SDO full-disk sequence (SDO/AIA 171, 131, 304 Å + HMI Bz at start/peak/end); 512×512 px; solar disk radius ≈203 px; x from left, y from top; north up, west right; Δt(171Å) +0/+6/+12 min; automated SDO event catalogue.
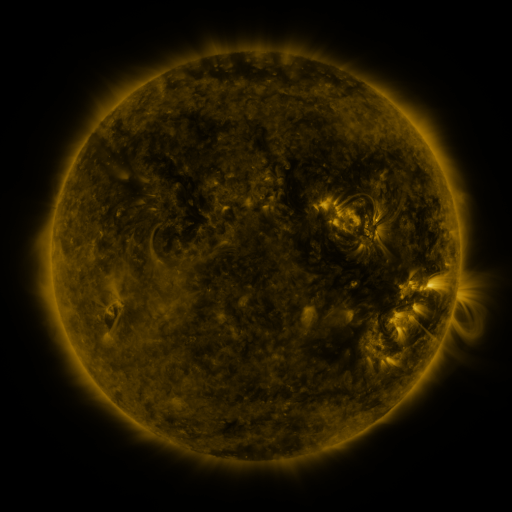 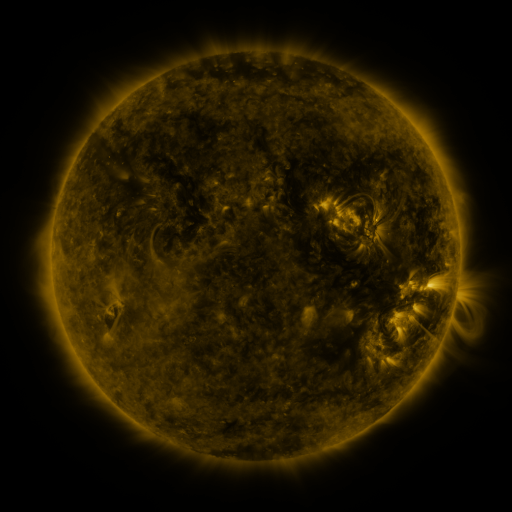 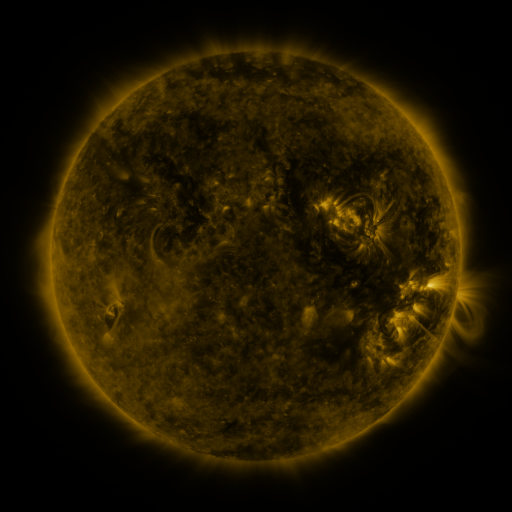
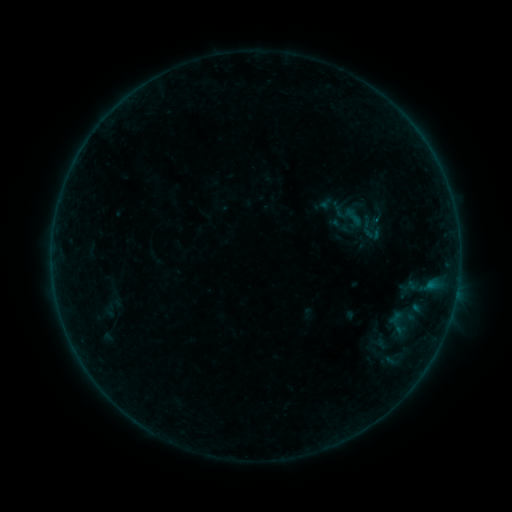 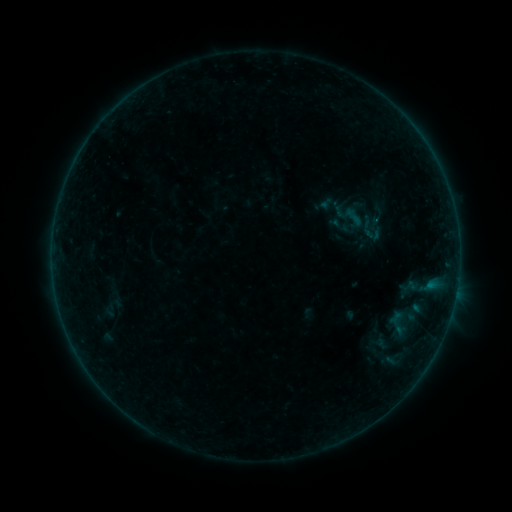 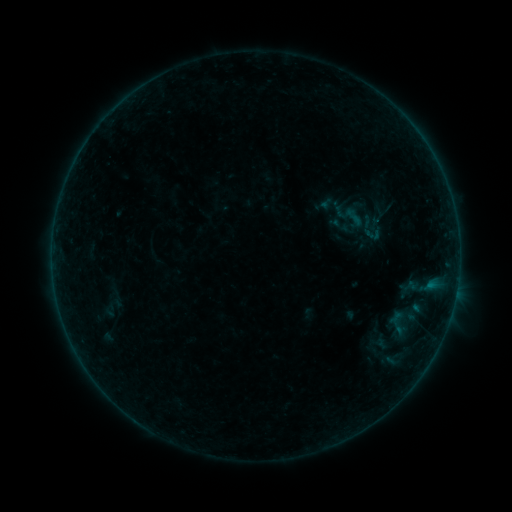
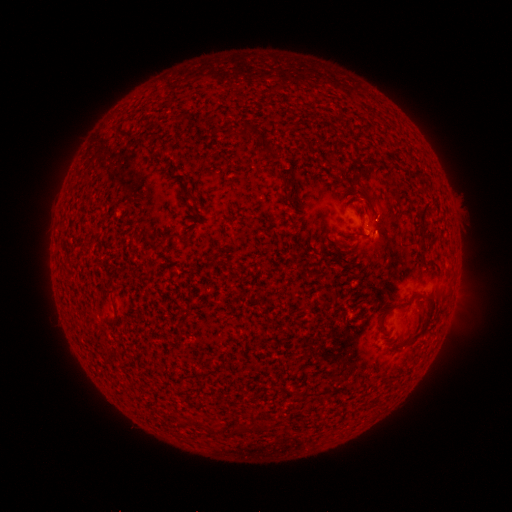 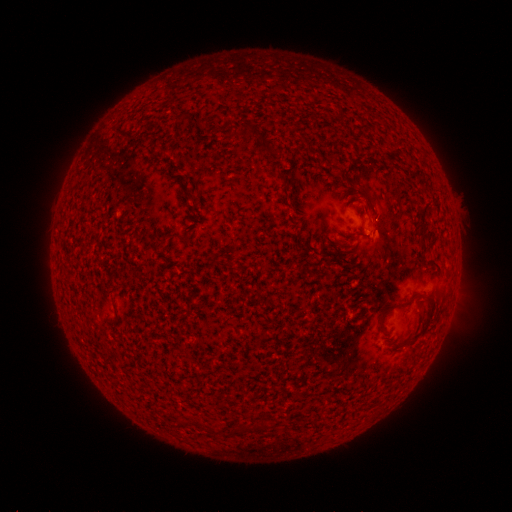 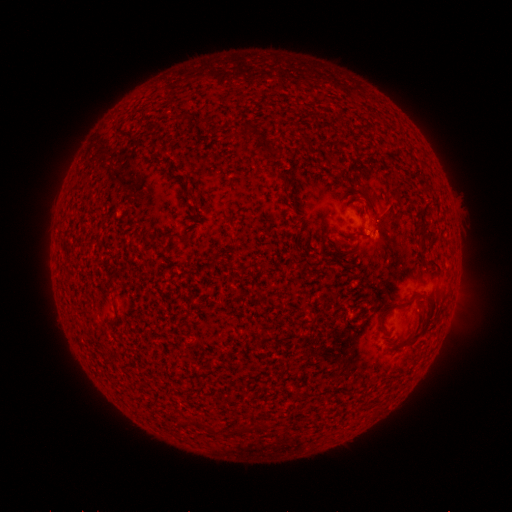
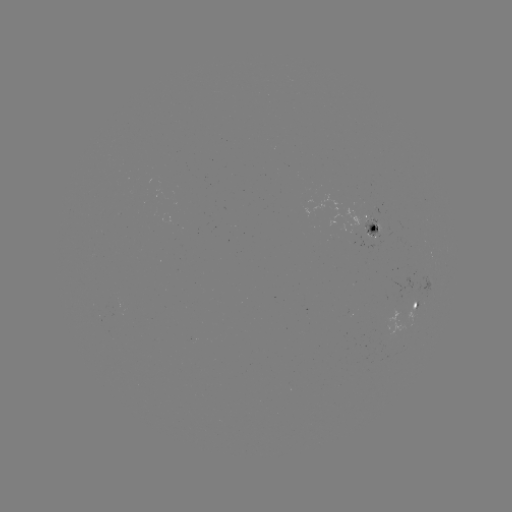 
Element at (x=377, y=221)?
B1.2 flare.